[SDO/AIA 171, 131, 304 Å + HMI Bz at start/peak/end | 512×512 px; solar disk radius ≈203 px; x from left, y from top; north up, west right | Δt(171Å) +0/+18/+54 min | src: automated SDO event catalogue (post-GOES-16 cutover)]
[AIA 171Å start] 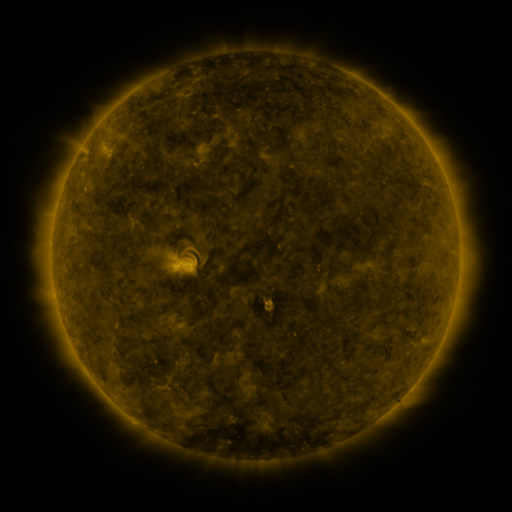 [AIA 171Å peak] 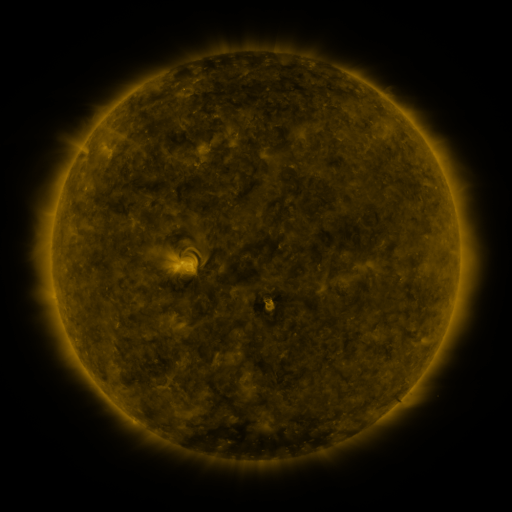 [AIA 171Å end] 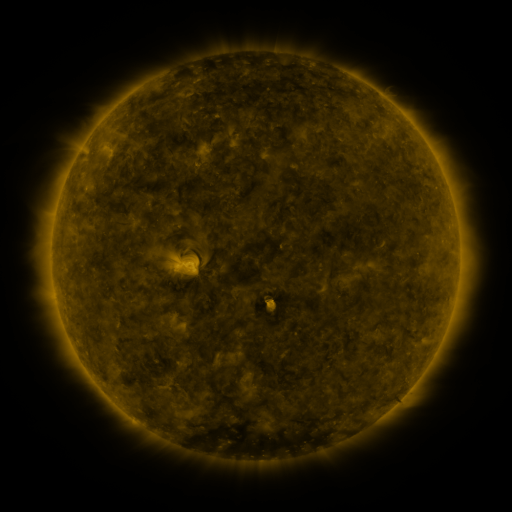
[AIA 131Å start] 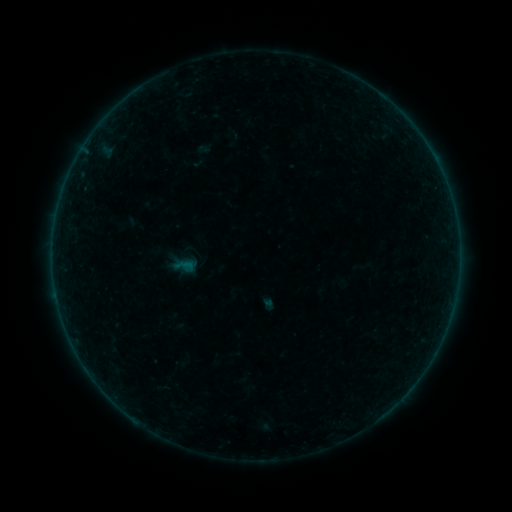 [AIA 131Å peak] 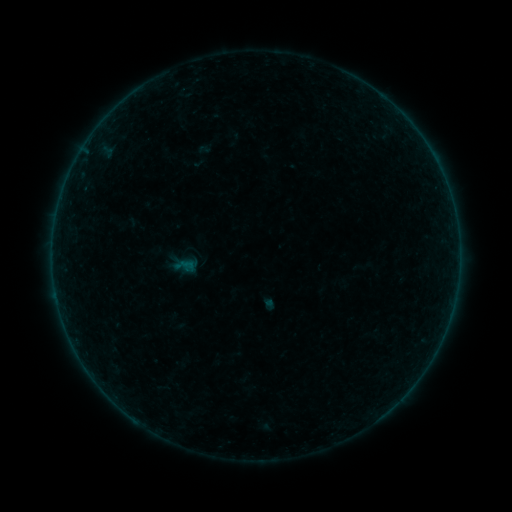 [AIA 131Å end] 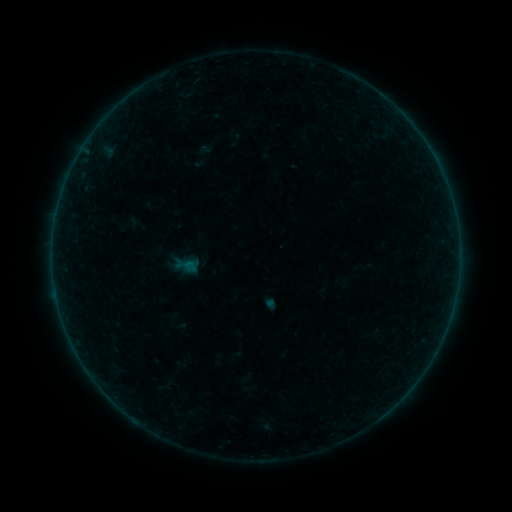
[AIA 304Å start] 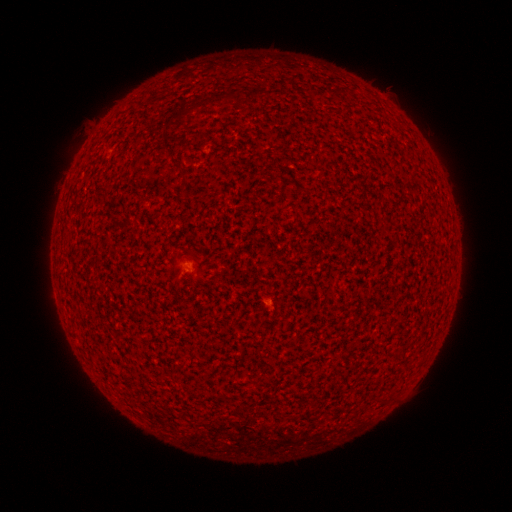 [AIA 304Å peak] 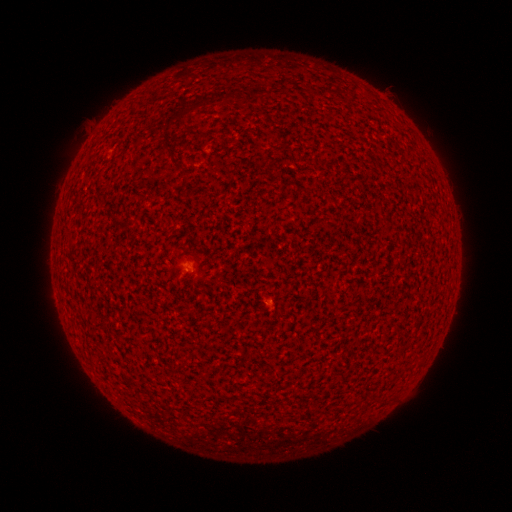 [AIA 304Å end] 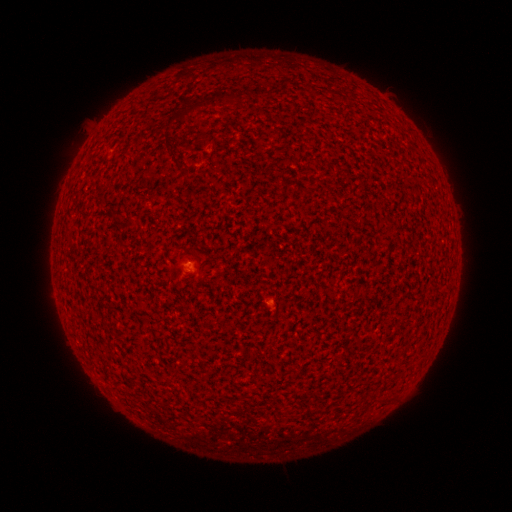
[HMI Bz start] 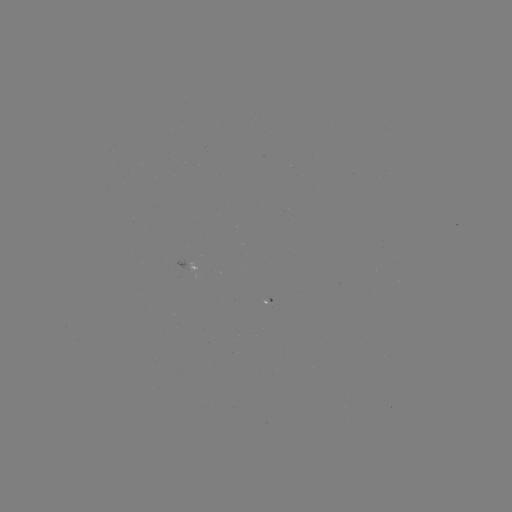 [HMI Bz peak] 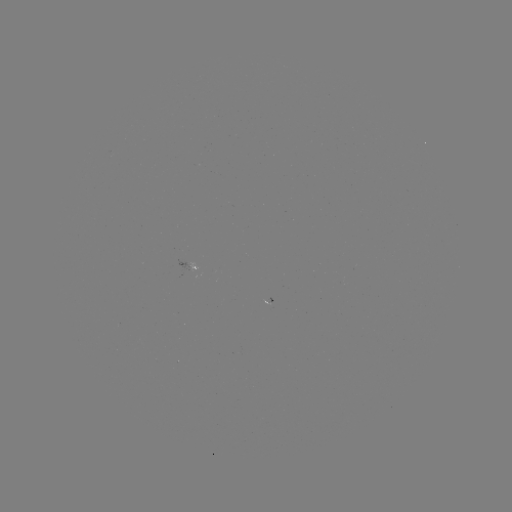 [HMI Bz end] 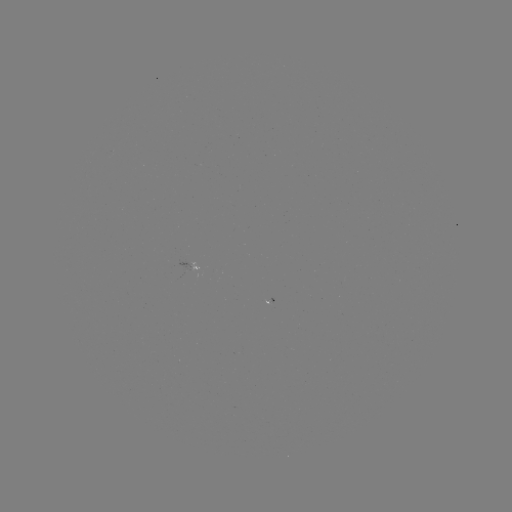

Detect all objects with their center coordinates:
A1.9 flare: (266, 300)
